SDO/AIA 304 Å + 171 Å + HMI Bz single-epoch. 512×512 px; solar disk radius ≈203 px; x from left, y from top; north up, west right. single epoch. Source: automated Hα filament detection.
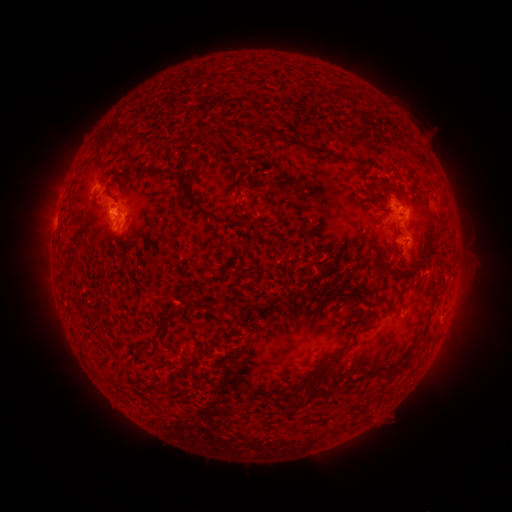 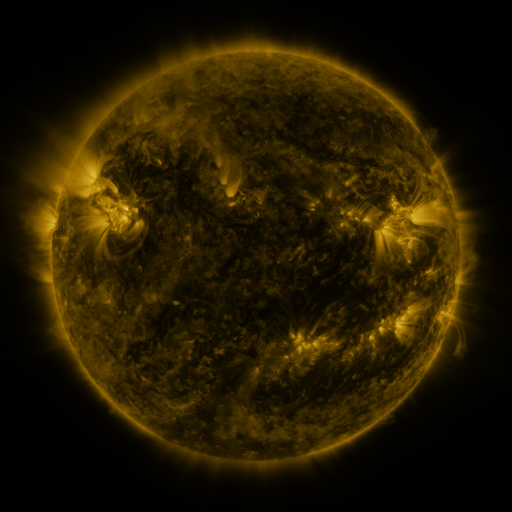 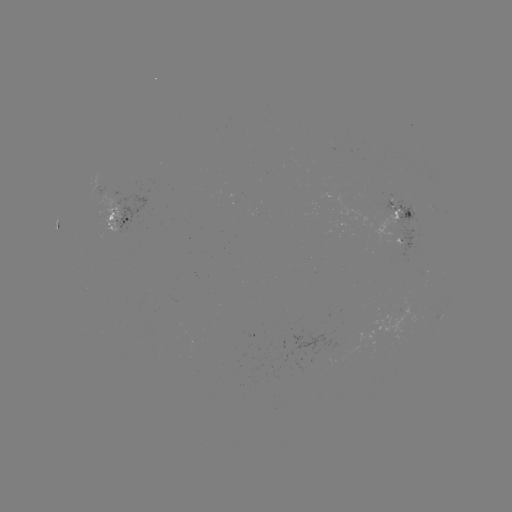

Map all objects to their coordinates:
filament: <bbox>349, 109, 362, 118</bbox>
filament: <bbox>265, 127, 275, 140</bbox>
filament: <bbox>314, 148, 324, 157</bbox>
filament: <bbox>173, 169, 193, 181</bbox>
filament: <bbox>383, 182, 398, 191</bbox>
filament: <bbox>182, 191, 218, 220</bbox>
filament: <bbox>396, 226, 404, 237</bbox>
filament: <bbox>406, 263, 420, 276</bbox>
filament: <bbox>254, 301, 264, 311</bbox>
filament: <bbox>307, 346, 346, 389</bbox>
filament: <bbox>392, 354, 411, 375</bbox>
